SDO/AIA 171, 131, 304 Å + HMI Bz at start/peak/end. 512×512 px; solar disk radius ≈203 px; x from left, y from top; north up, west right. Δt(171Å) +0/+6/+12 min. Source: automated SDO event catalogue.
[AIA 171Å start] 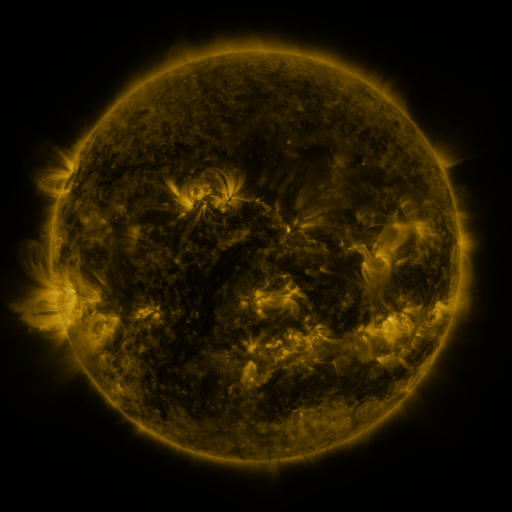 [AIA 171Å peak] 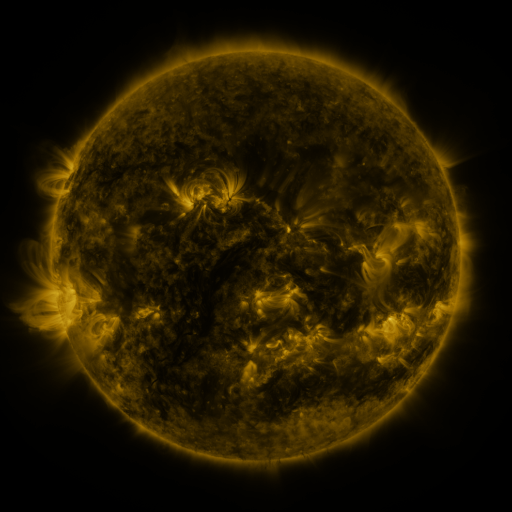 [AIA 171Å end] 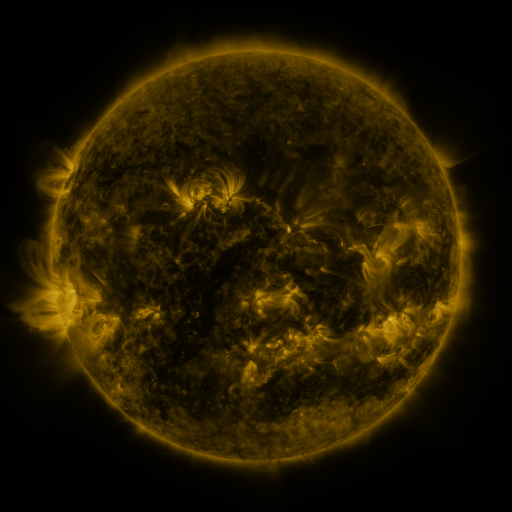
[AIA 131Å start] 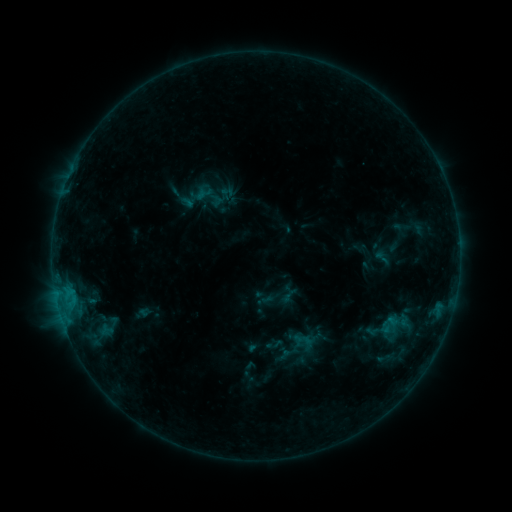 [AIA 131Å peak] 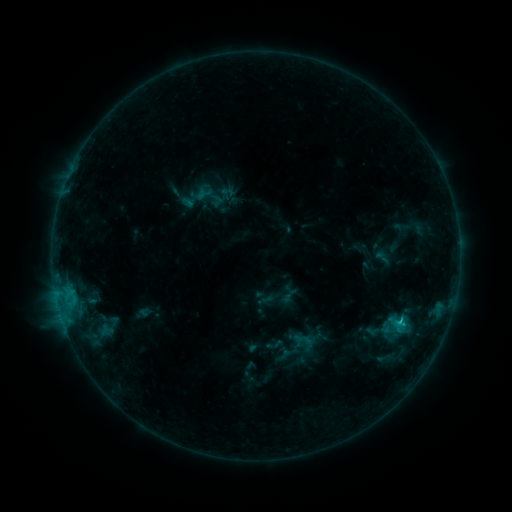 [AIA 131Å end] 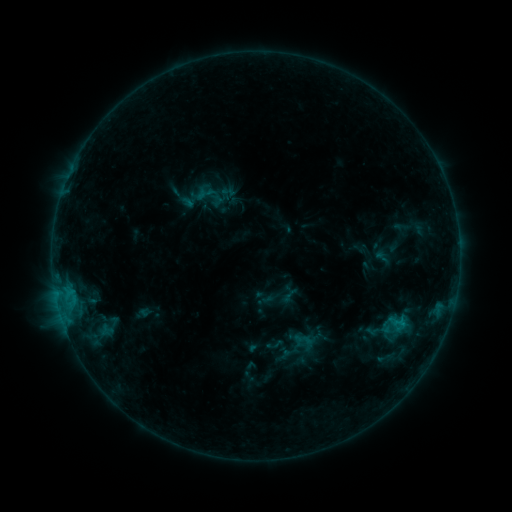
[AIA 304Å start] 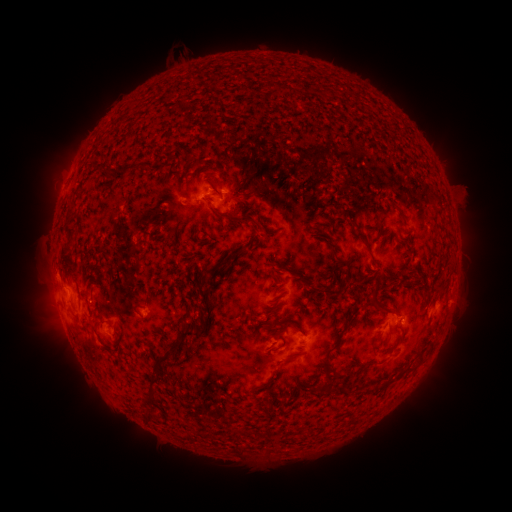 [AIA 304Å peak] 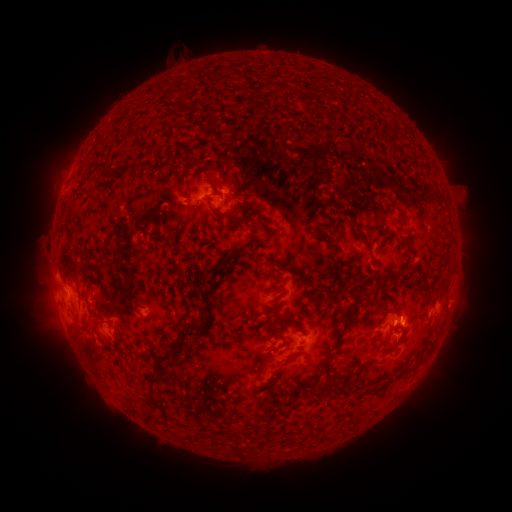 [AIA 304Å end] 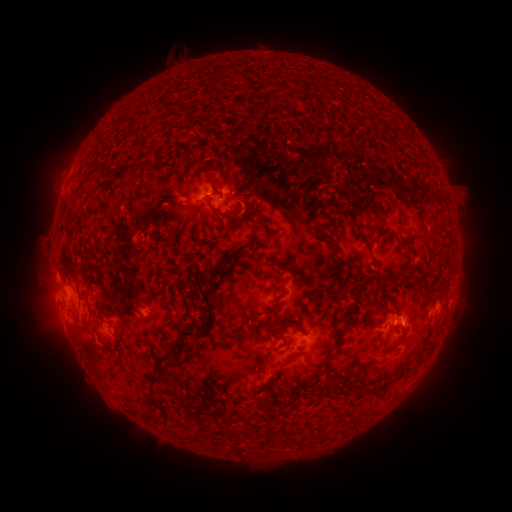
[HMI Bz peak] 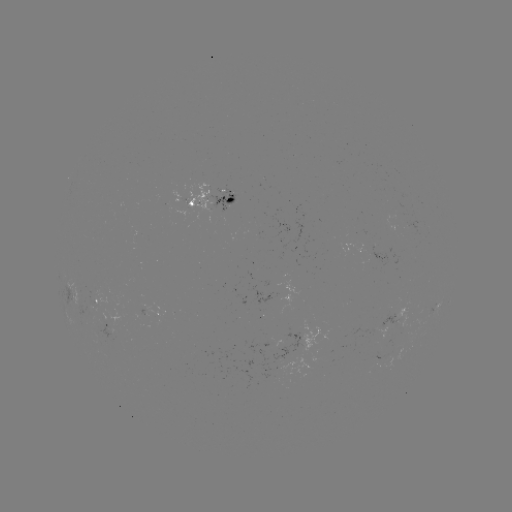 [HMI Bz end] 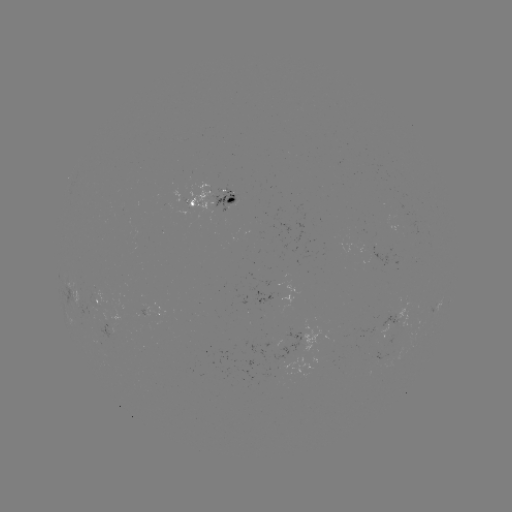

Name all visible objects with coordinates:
B9.8 flare: (399, 319)
